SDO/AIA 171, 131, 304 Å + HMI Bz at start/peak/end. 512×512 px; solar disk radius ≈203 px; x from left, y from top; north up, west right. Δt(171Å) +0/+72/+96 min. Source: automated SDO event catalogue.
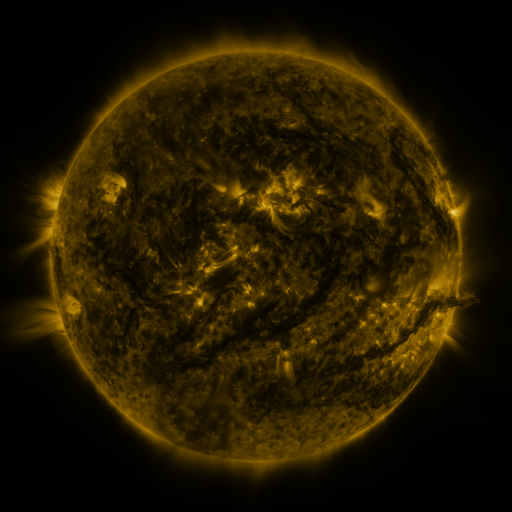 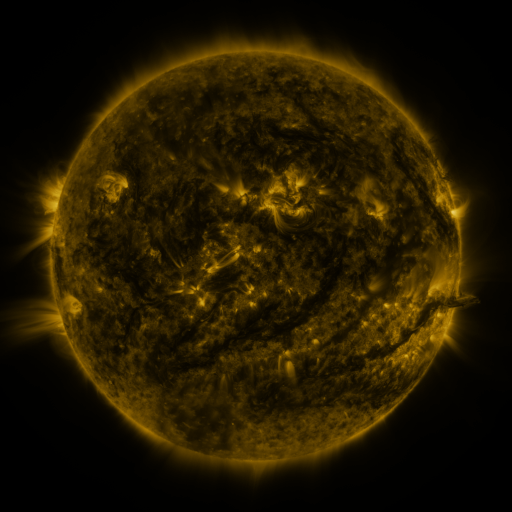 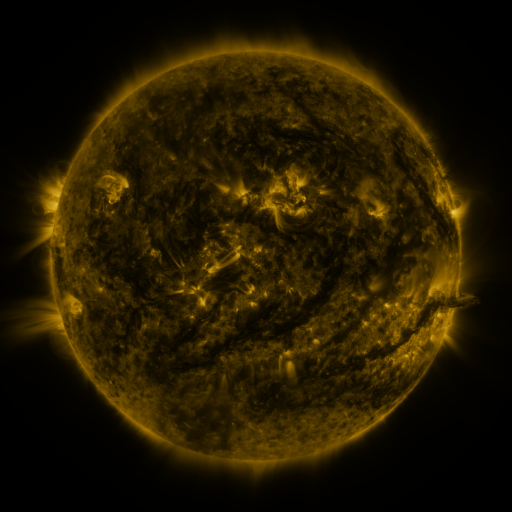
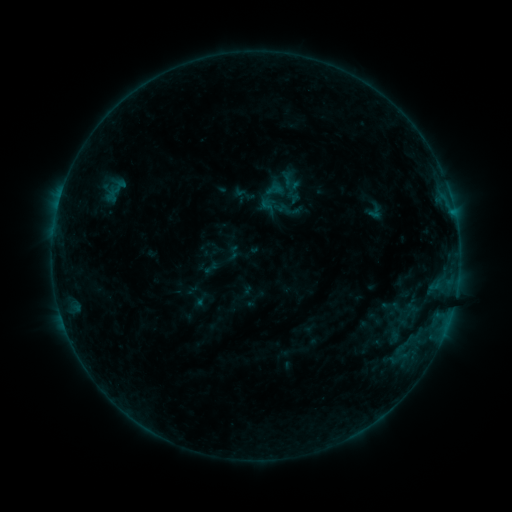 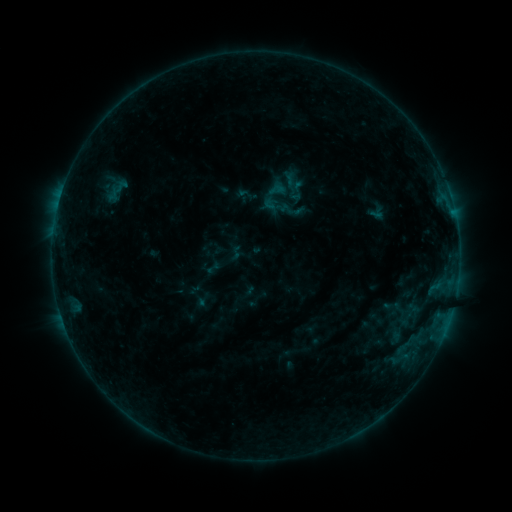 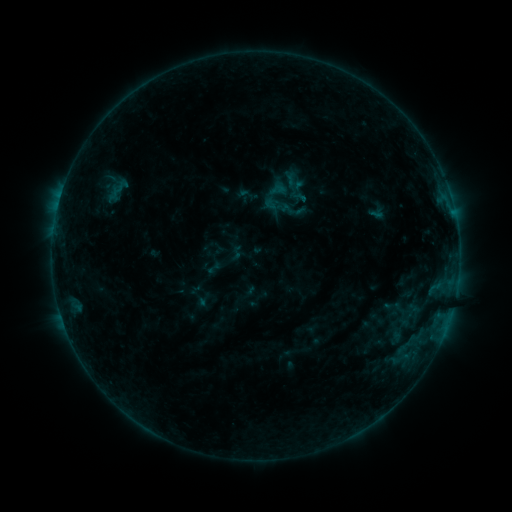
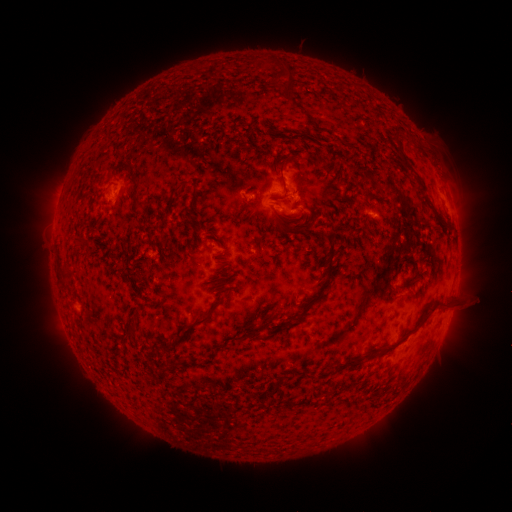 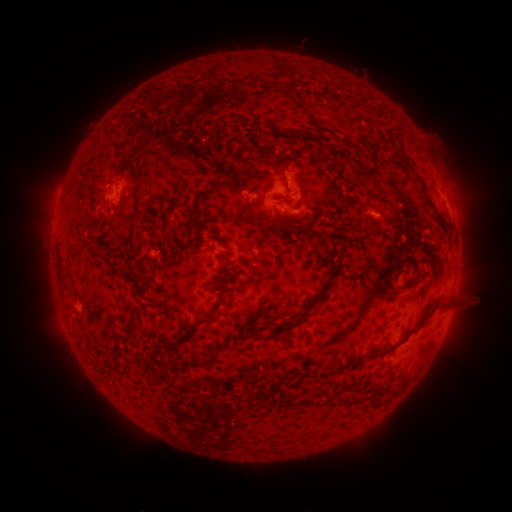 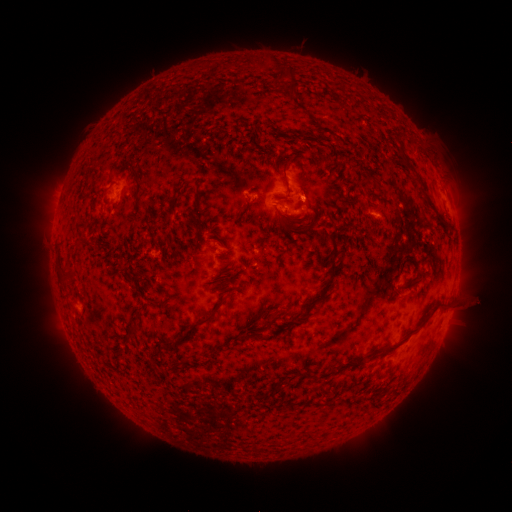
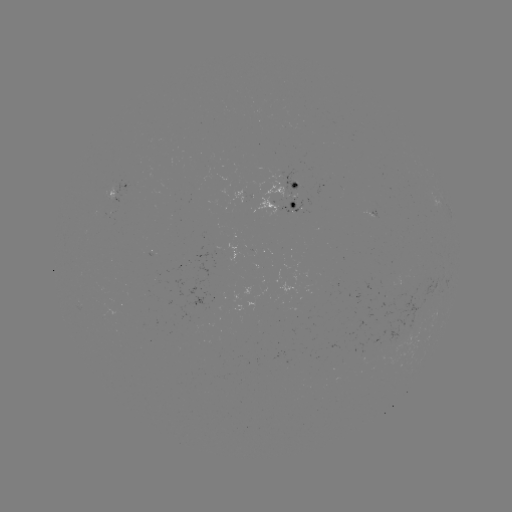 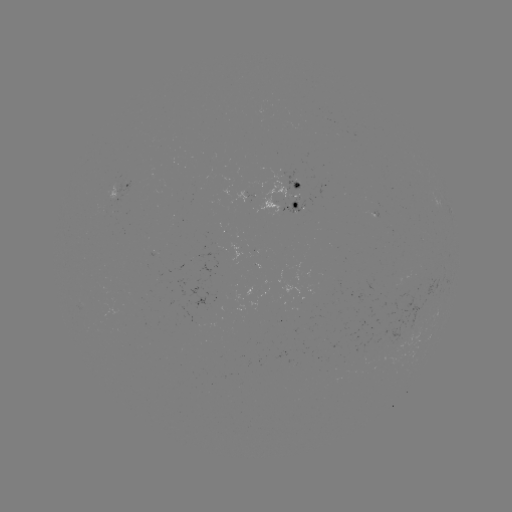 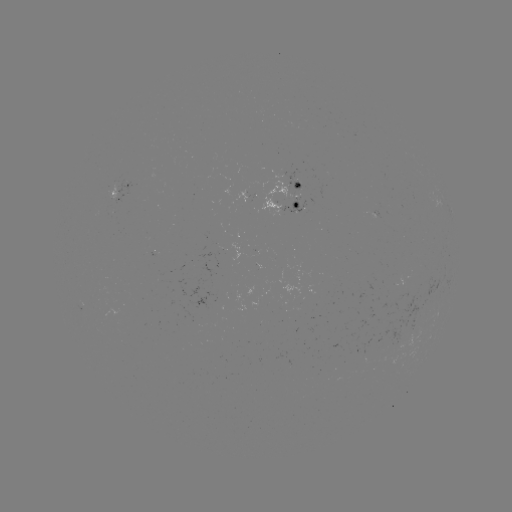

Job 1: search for emerging-flux region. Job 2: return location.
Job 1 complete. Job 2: [300, 192].